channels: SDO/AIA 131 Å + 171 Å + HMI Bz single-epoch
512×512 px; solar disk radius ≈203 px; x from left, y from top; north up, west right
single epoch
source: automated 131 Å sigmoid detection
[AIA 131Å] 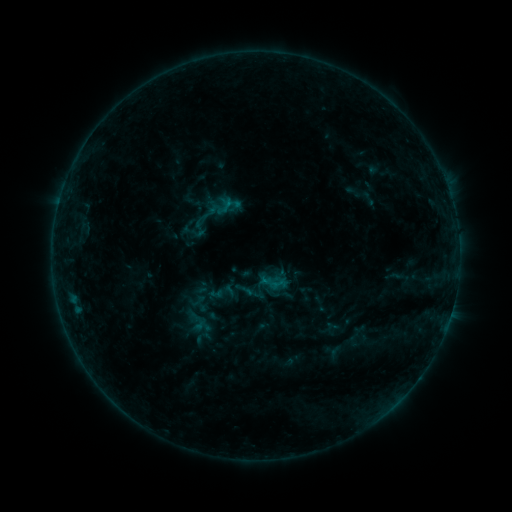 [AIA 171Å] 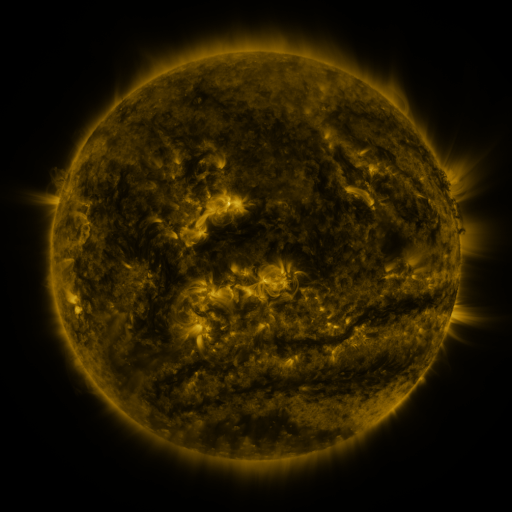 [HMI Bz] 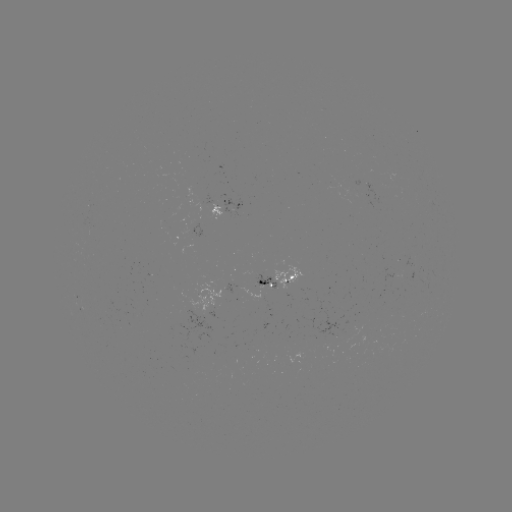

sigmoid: (194, 302, 219, 323)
